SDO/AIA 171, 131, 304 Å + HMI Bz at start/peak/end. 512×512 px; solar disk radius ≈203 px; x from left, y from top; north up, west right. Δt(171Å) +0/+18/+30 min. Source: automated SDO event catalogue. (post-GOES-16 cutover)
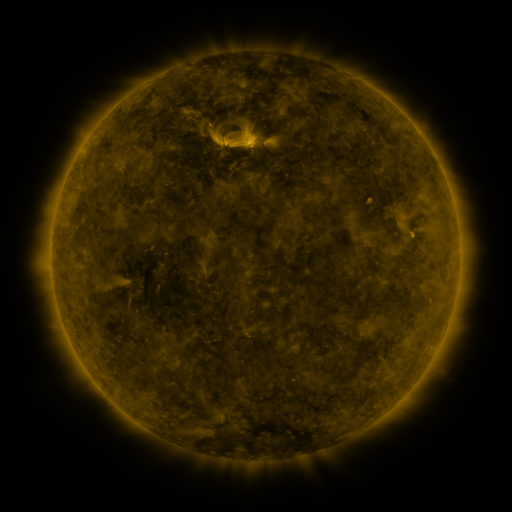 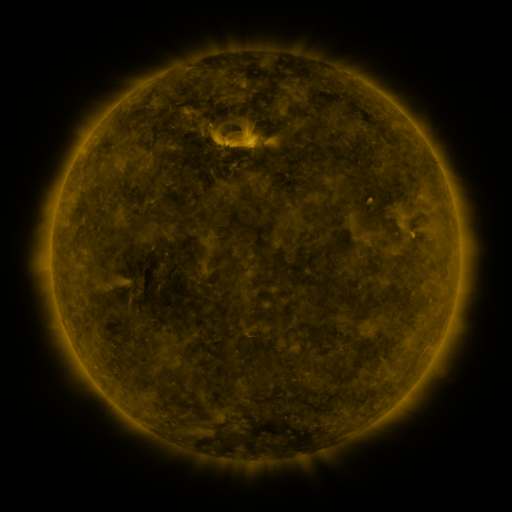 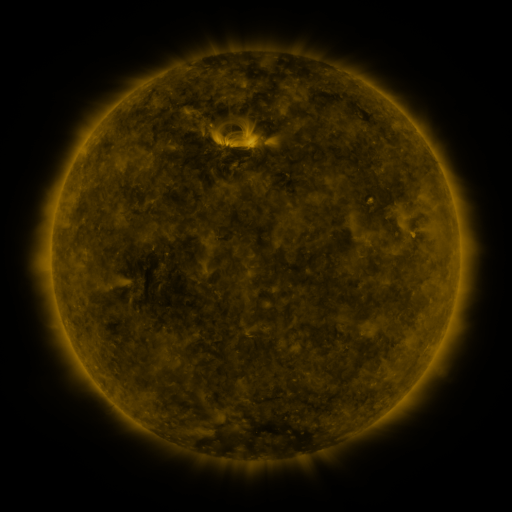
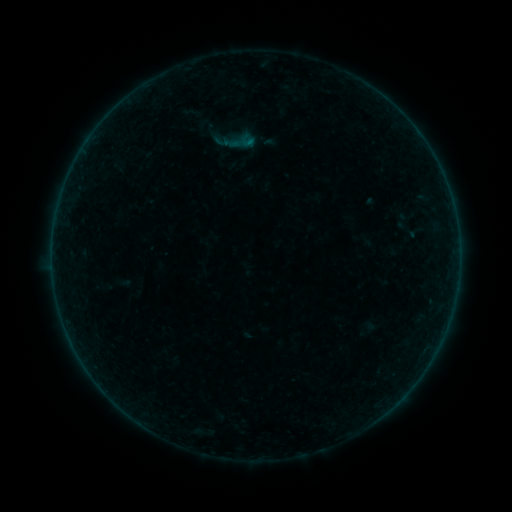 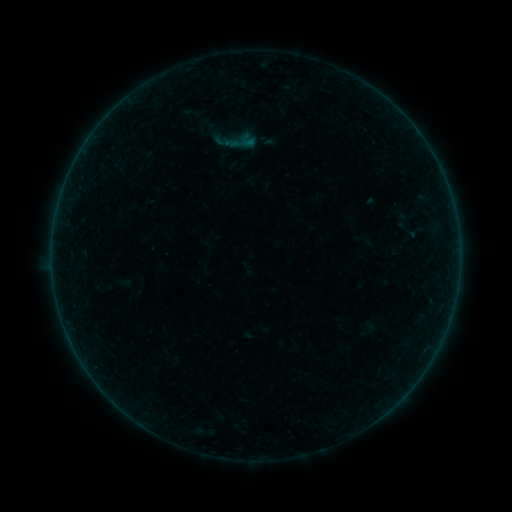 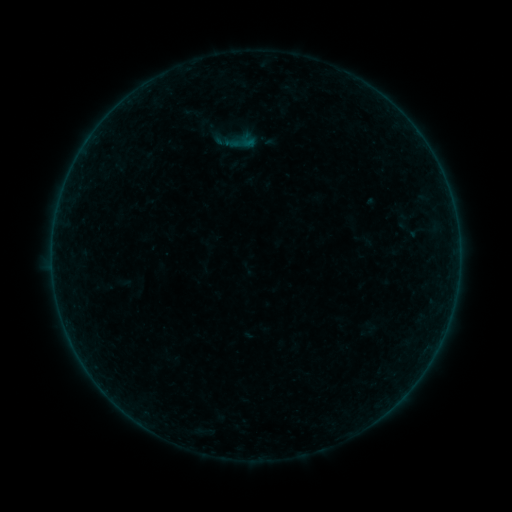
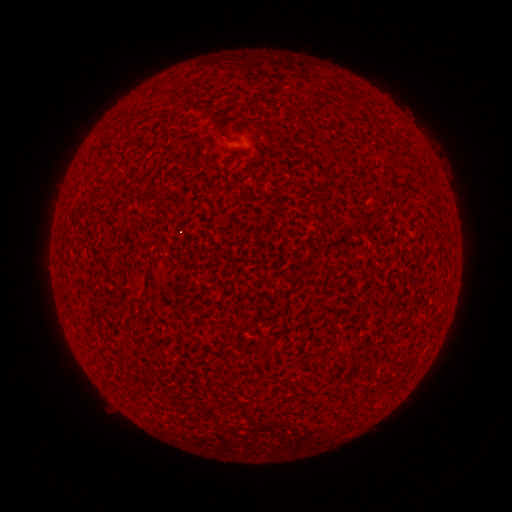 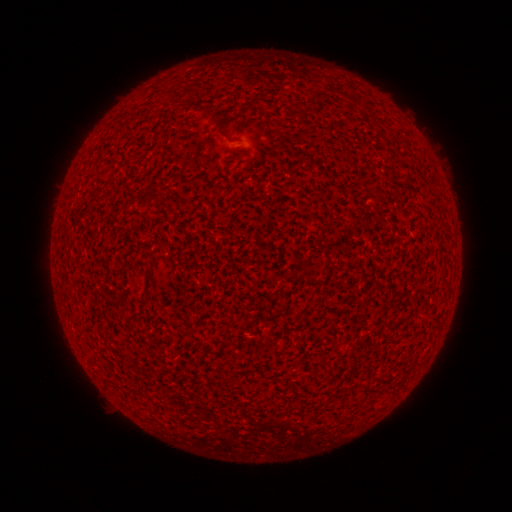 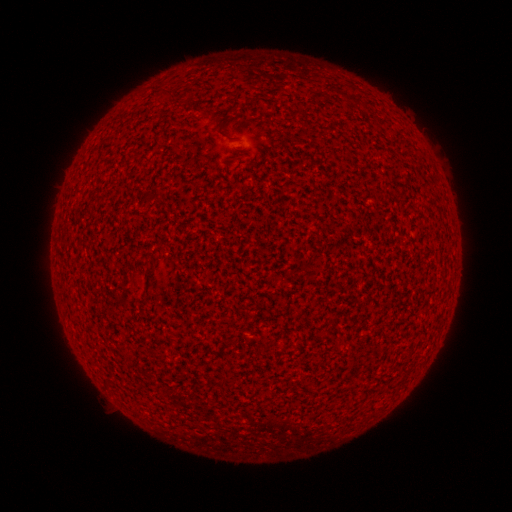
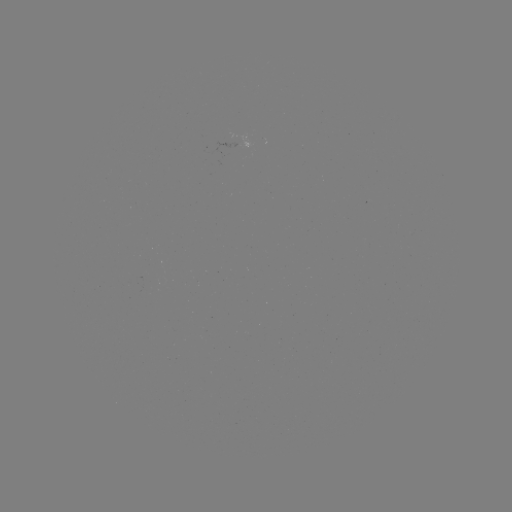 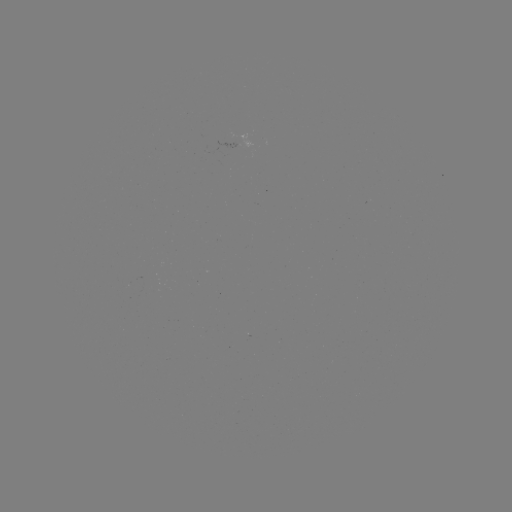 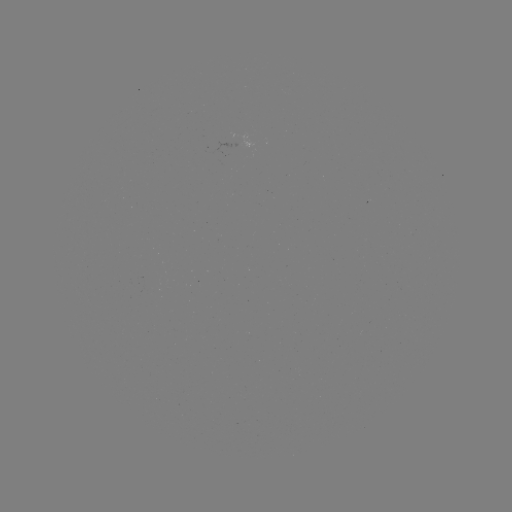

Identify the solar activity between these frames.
no catalogued flare and no flagged EUV brightening in this window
